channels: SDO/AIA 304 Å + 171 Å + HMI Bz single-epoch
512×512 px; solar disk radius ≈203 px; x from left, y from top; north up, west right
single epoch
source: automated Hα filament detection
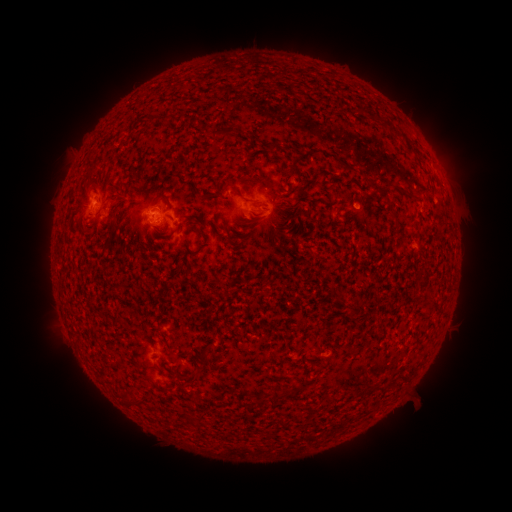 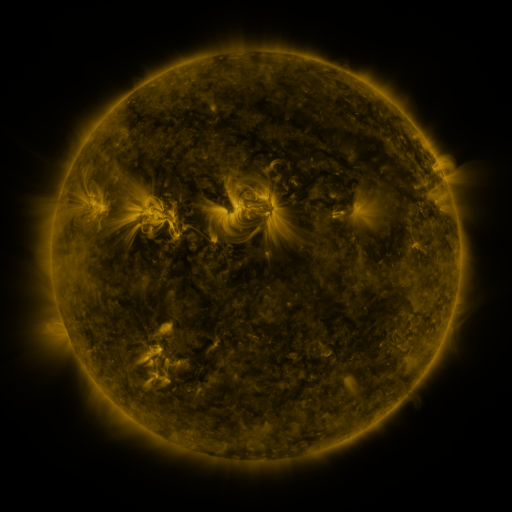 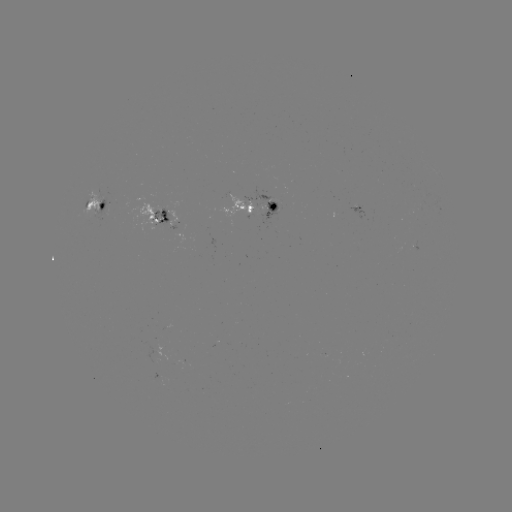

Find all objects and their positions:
filament: (364, 111)
filament: (223, 131)
filament: (258, 176)
filament: (208, 196)
filament: (167, 197)
filament: (298, 200)
filament: (89, 204)
filament: (198, 232)
filament: (352, 314)
filament: (201, 369)
